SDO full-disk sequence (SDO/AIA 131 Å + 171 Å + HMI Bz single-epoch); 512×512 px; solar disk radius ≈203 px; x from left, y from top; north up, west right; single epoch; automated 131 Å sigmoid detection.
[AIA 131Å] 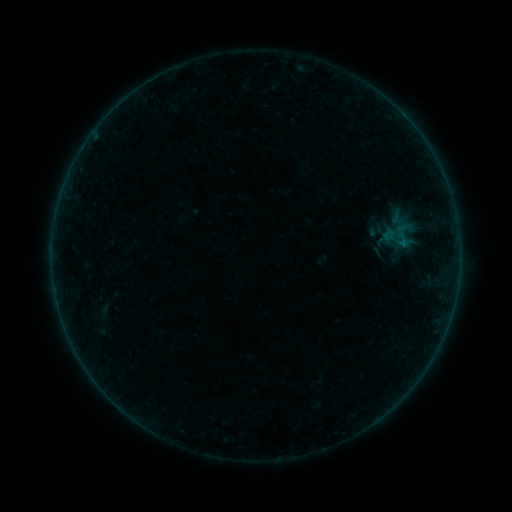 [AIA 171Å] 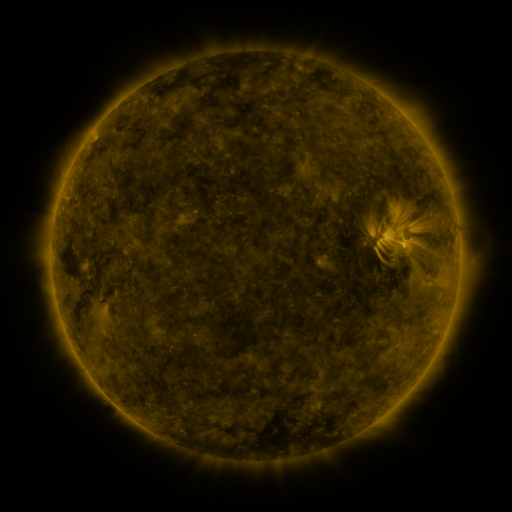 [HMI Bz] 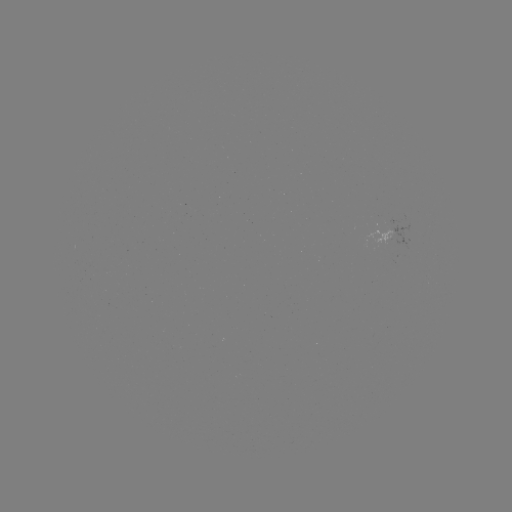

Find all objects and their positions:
sigmoid: (388, 219, 416, 250)
